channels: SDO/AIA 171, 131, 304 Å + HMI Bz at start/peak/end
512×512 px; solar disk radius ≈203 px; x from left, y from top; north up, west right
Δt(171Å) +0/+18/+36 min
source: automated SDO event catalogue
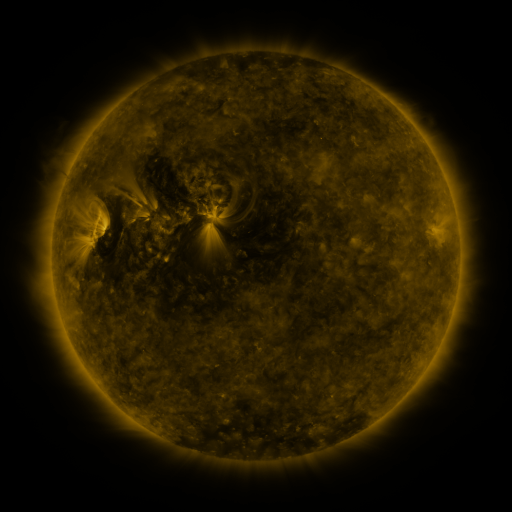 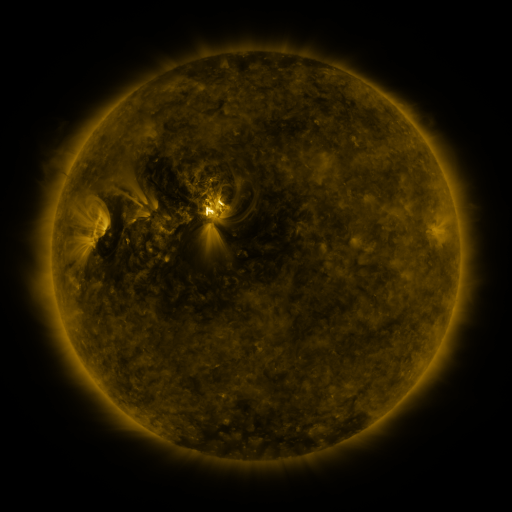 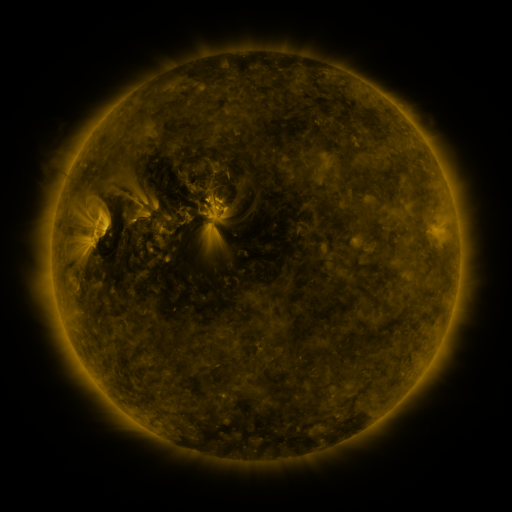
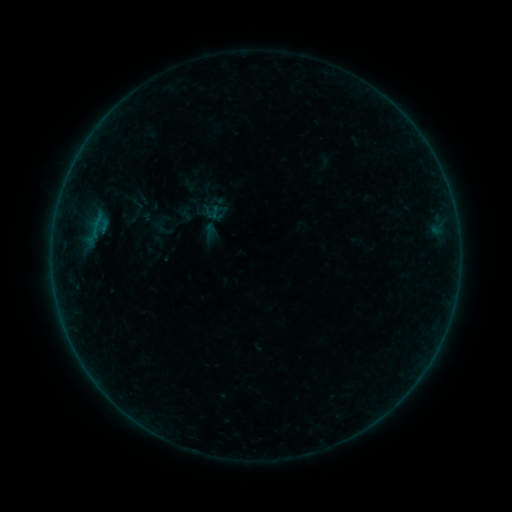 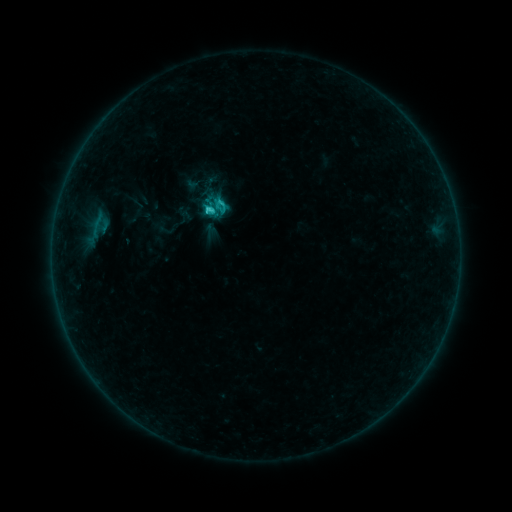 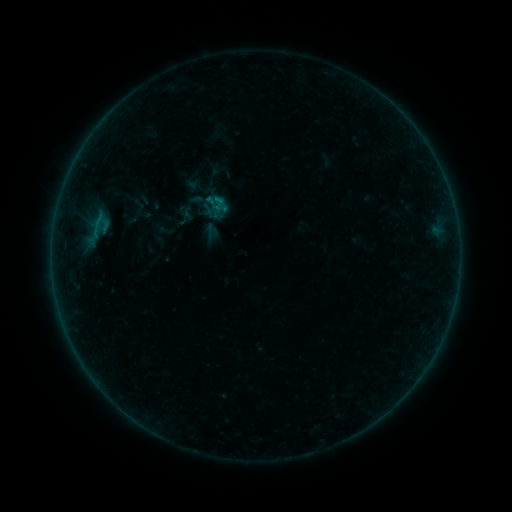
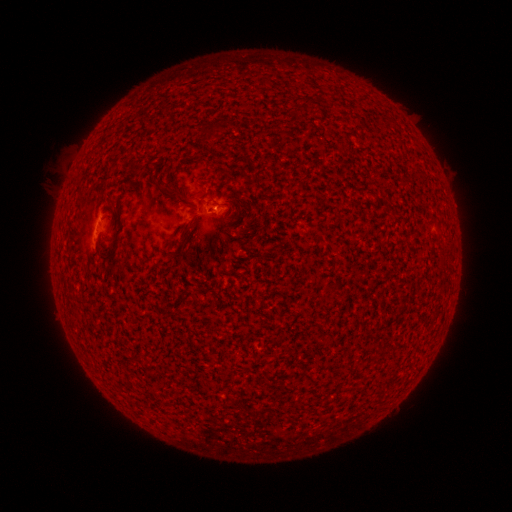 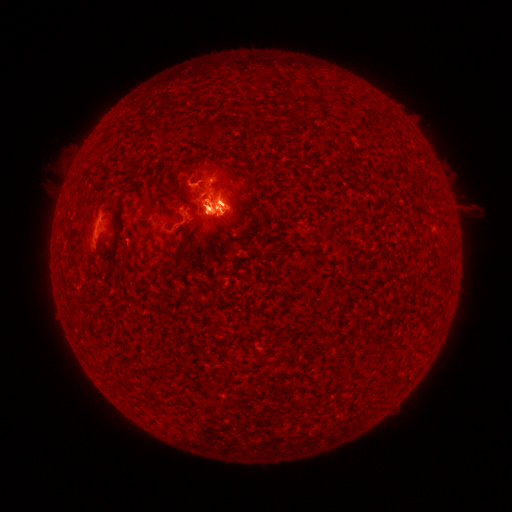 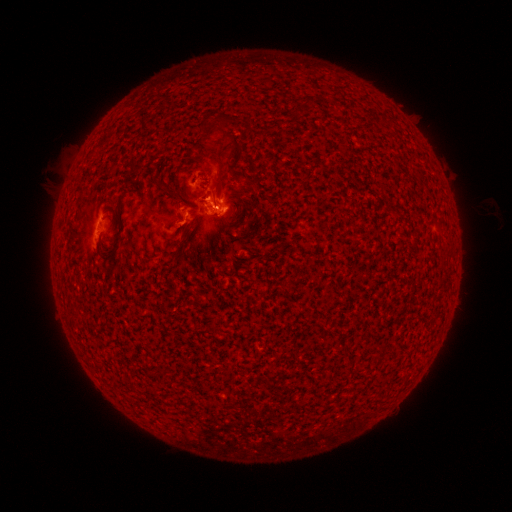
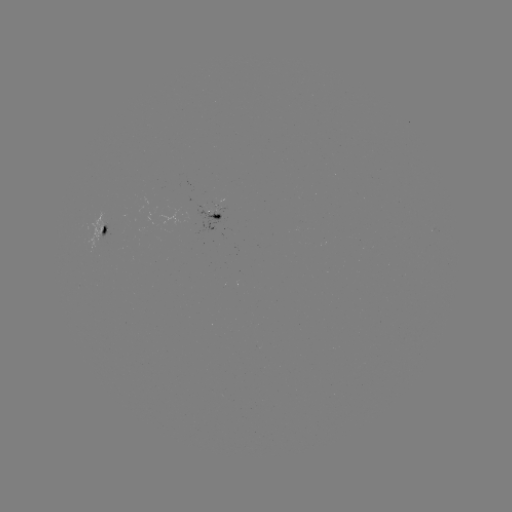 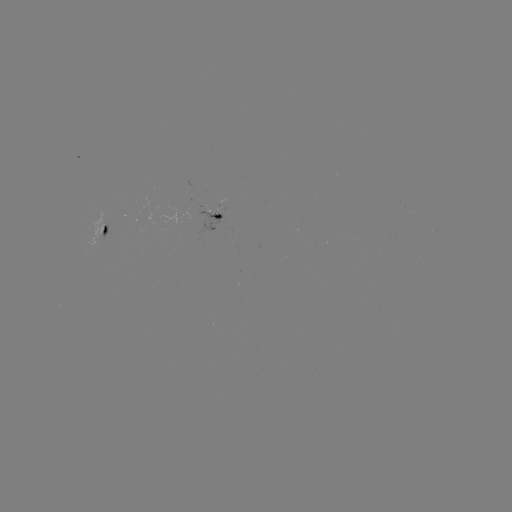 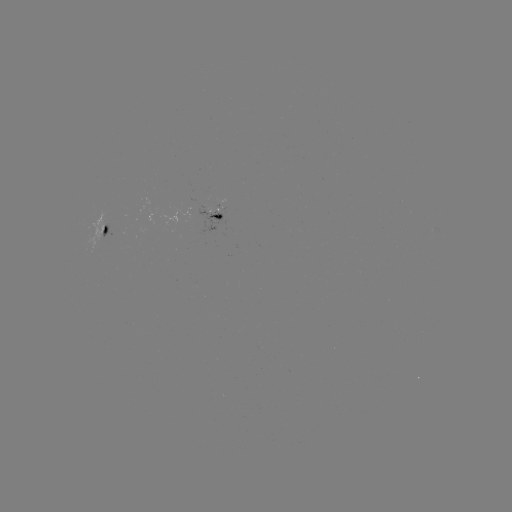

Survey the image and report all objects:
eruption: (215, 184)
